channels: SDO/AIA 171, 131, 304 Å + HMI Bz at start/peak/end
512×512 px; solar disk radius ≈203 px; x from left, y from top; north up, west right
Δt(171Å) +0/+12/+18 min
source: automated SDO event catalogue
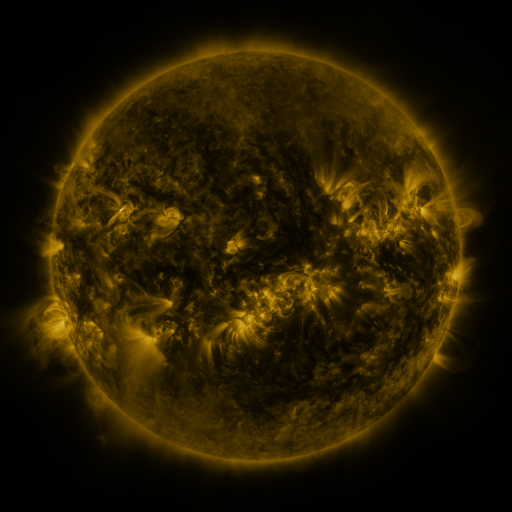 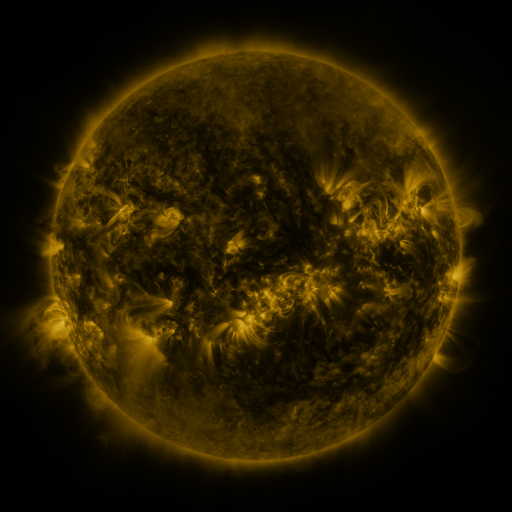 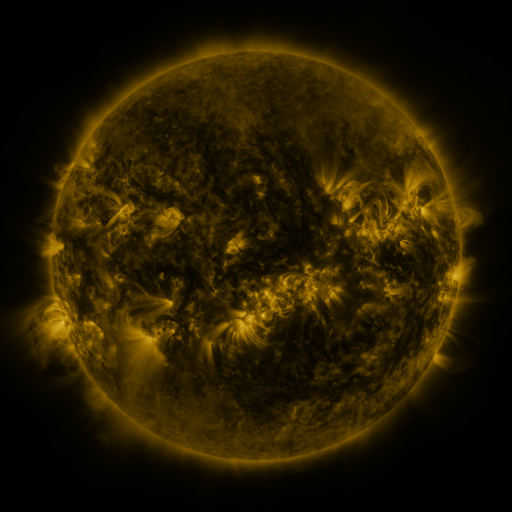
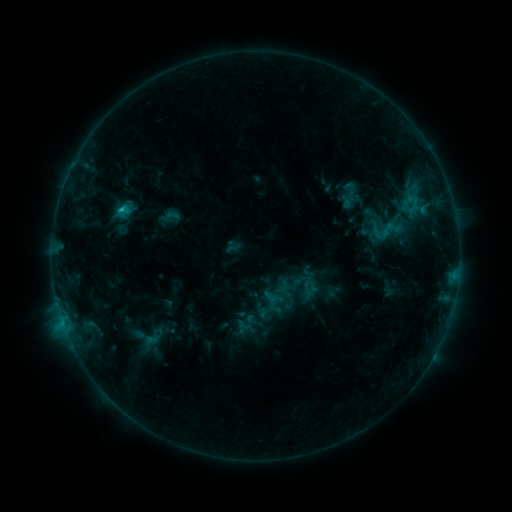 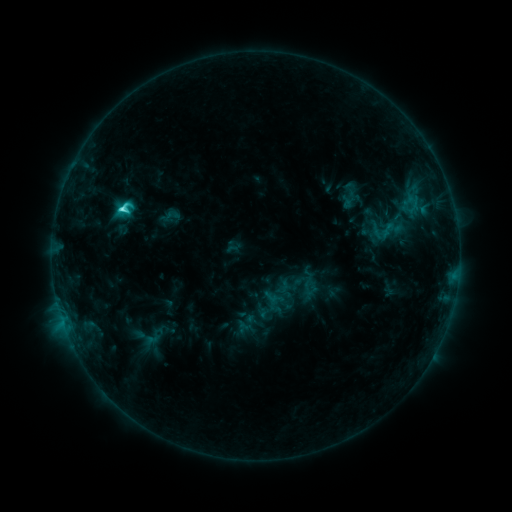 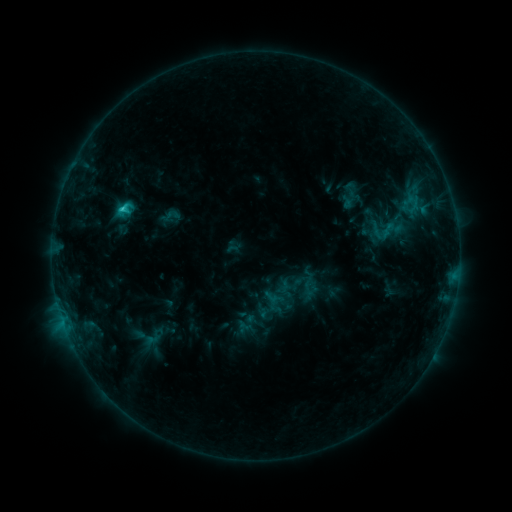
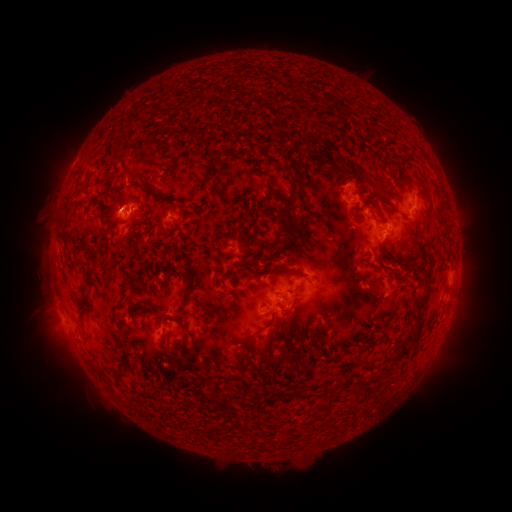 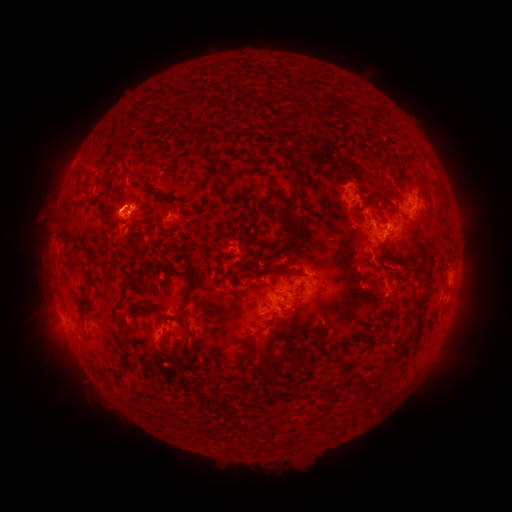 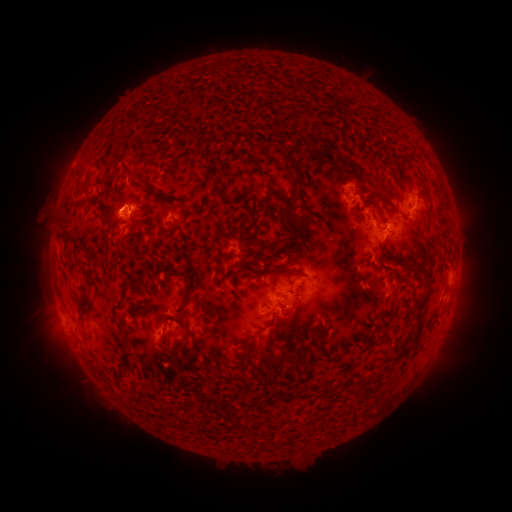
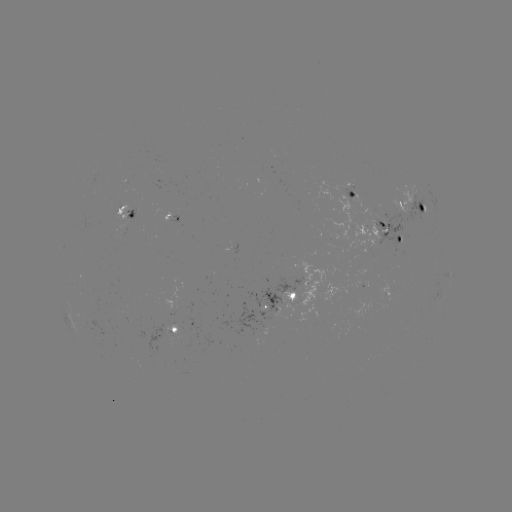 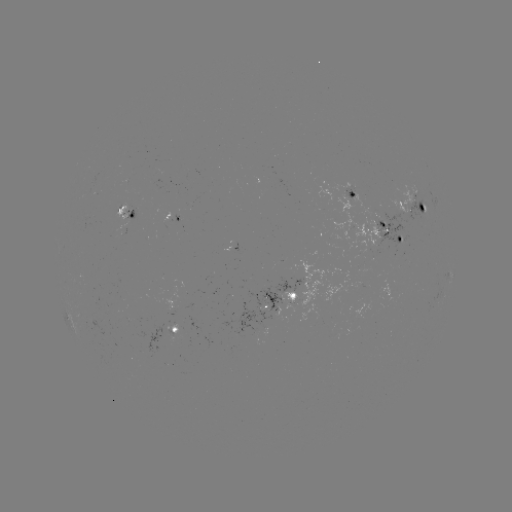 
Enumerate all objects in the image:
C3.2 flare: (124, 210)
